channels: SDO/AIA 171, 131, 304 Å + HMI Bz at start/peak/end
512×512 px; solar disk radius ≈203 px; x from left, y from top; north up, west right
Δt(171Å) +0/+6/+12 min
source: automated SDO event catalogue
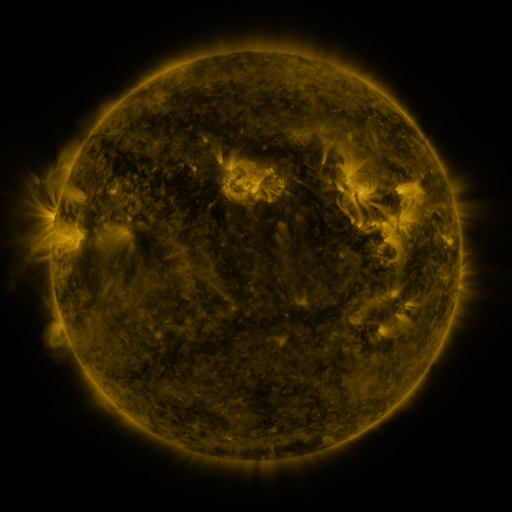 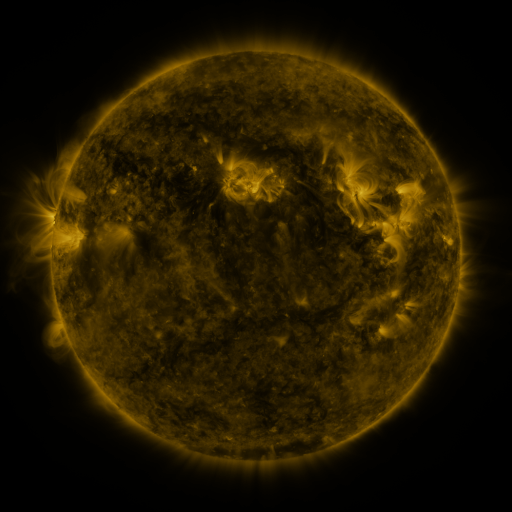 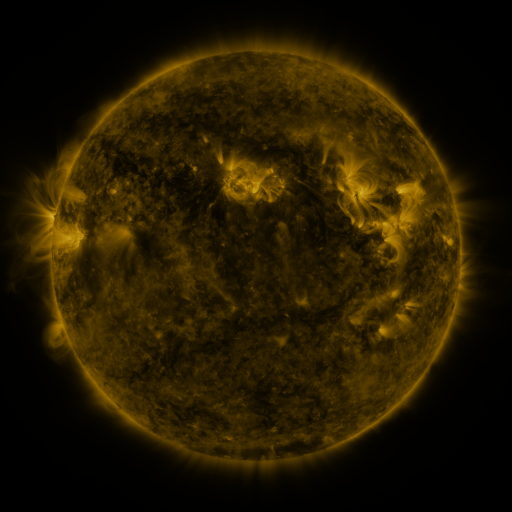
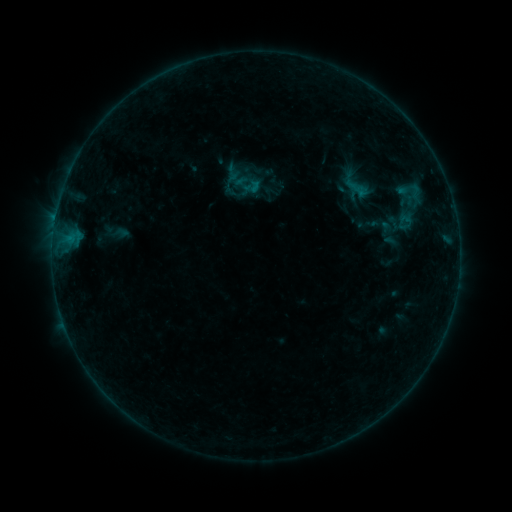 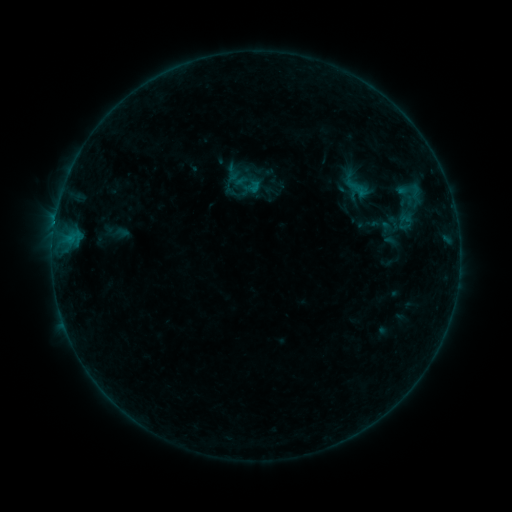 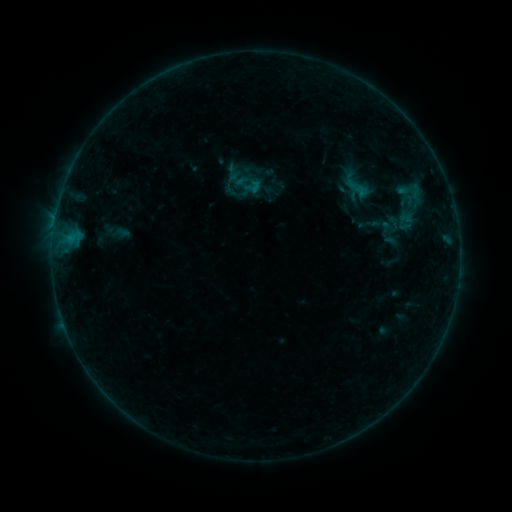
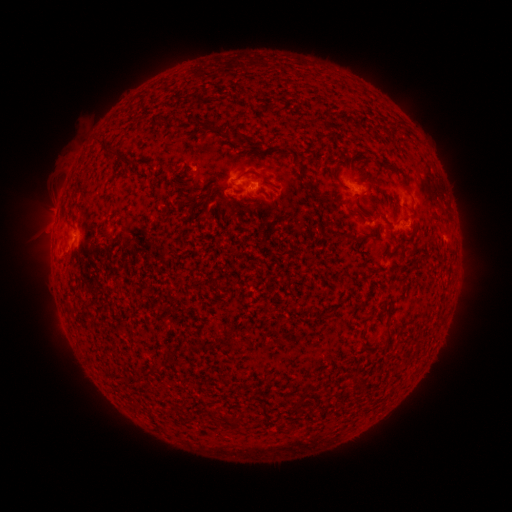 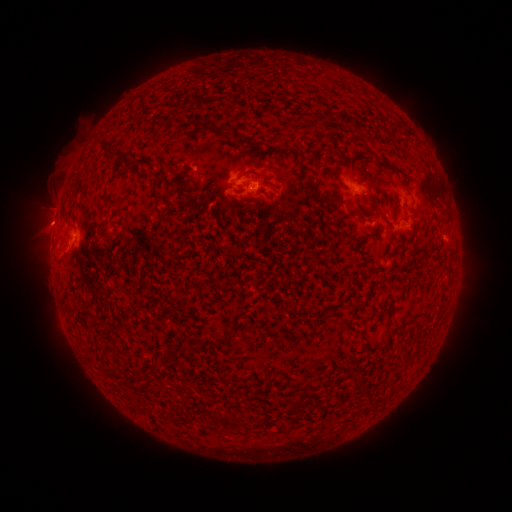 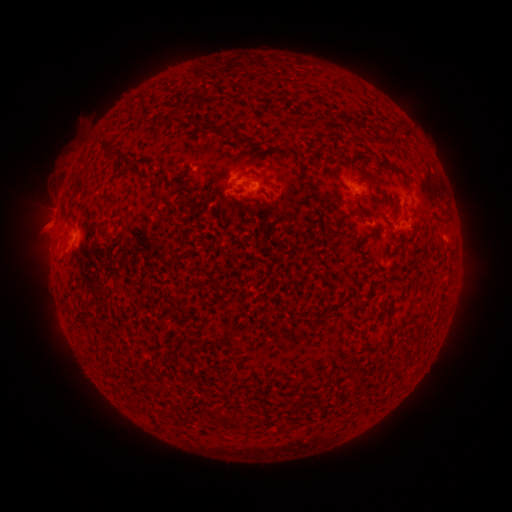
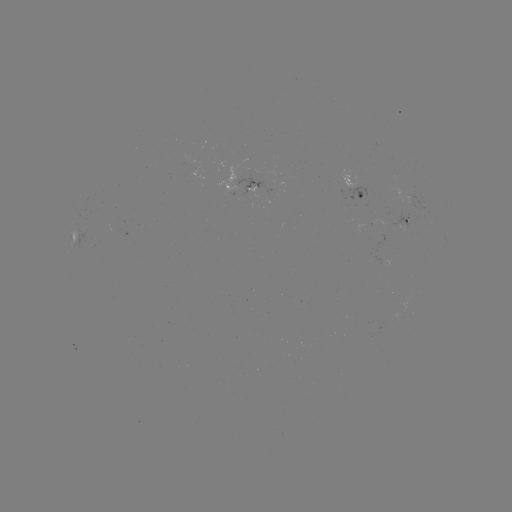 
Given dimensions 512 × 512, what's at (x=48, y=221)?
eruption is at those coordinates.